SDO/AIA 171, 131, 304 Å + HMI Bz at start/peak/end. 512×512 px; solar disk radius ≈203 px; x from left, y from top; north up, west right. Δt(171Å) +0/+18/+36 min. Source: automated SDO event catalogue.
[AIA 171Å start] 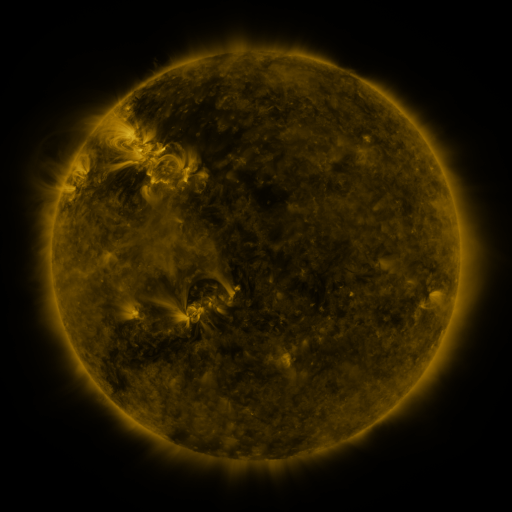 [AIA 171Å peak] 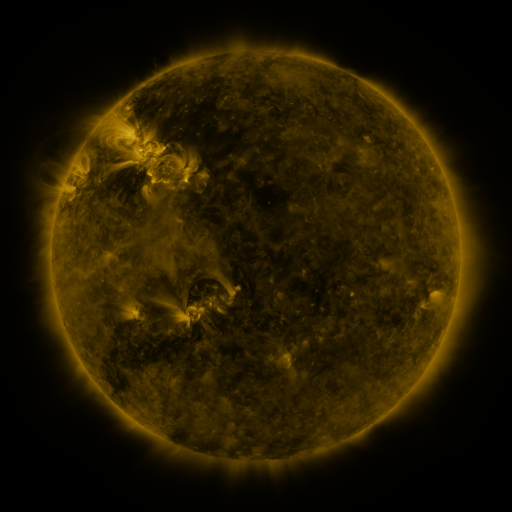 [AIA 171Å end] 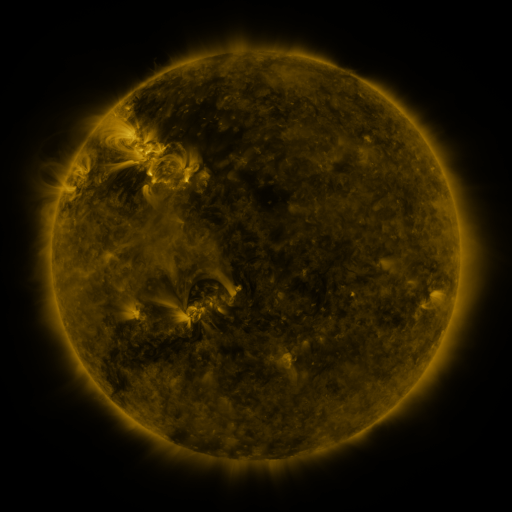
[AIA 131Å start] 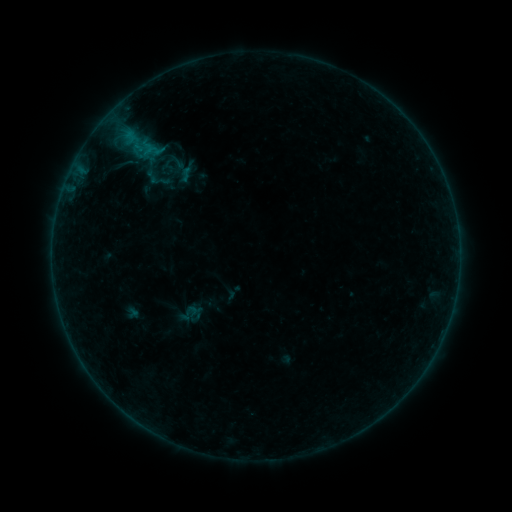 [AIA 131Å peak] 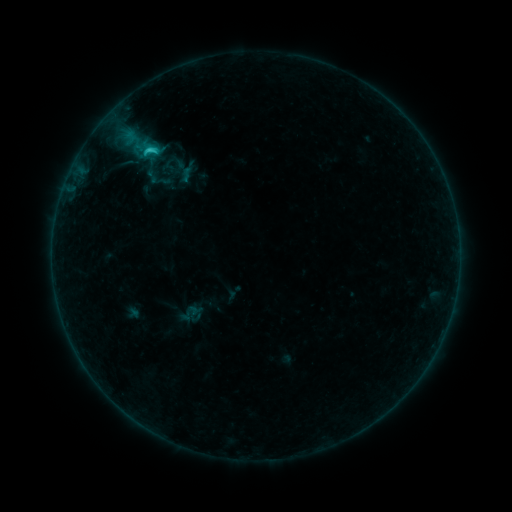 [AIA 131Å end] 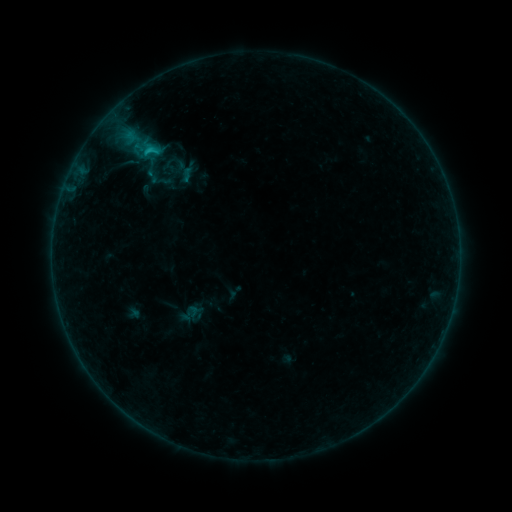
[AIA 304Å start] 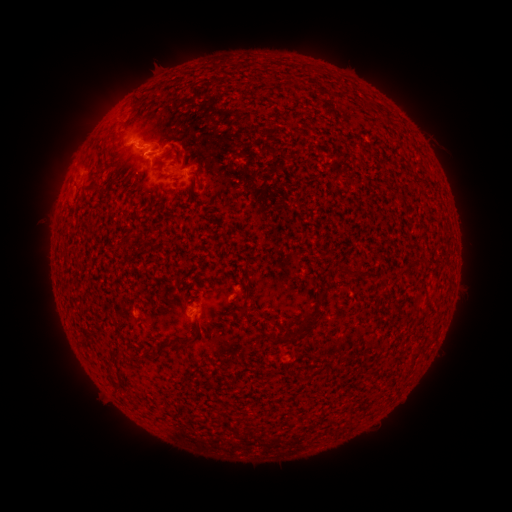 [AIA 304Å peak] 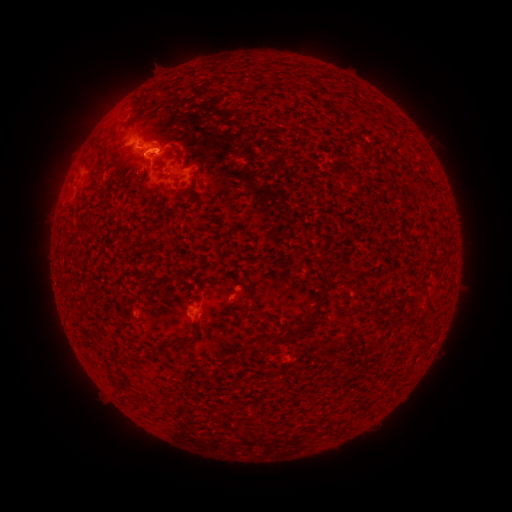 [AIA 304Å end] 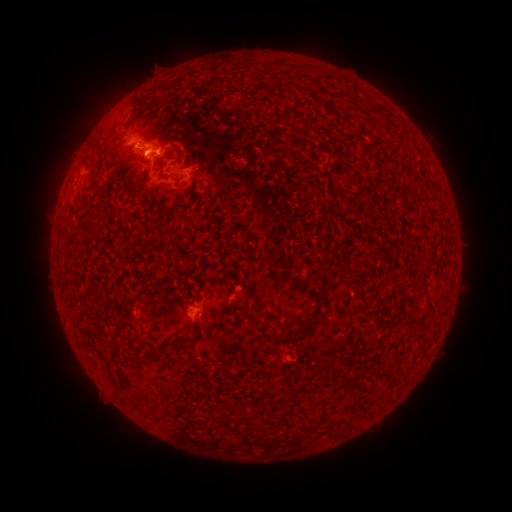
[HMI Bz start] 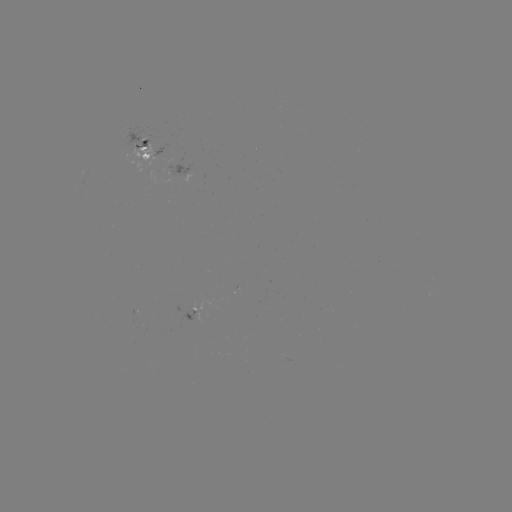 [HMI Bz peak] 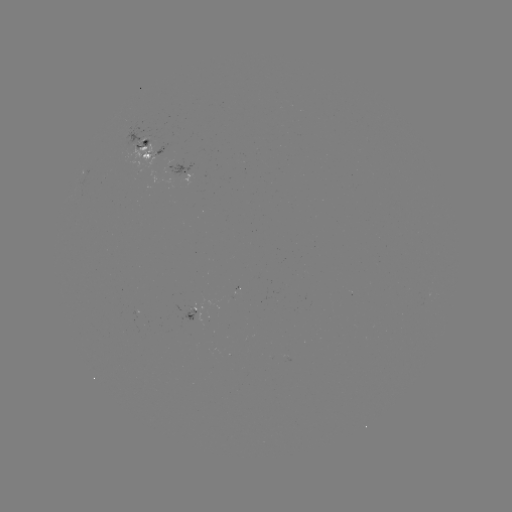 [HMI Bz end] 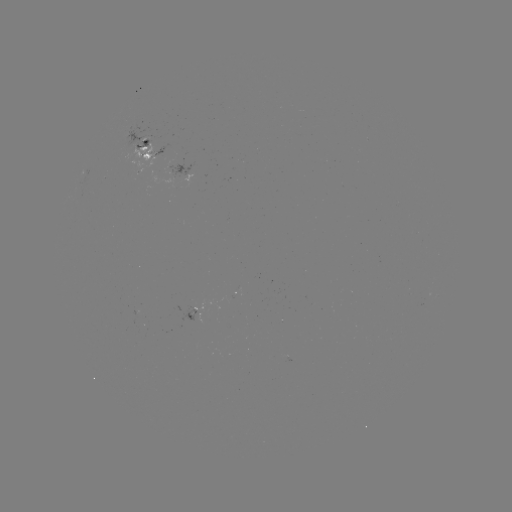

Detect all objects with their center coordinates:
C1.7 flare: (155, 151)
